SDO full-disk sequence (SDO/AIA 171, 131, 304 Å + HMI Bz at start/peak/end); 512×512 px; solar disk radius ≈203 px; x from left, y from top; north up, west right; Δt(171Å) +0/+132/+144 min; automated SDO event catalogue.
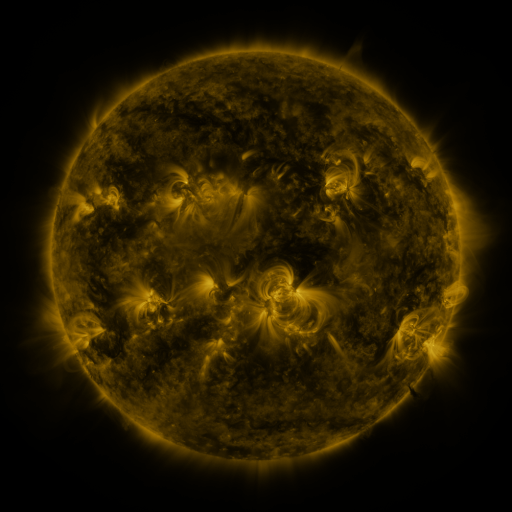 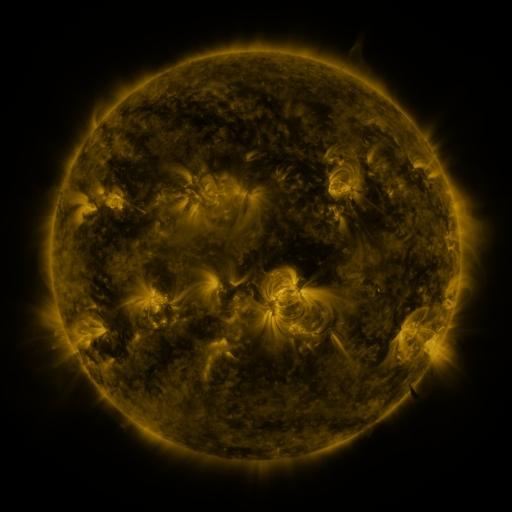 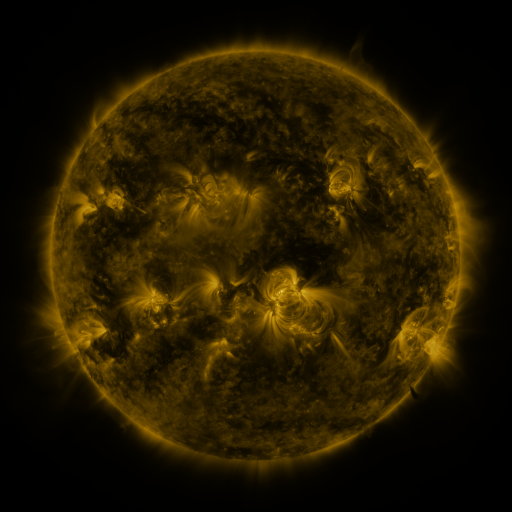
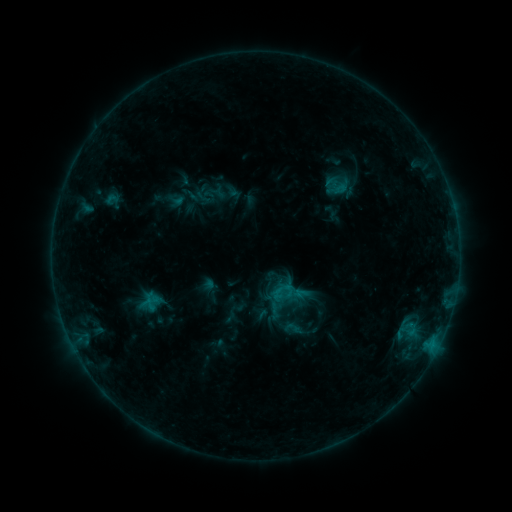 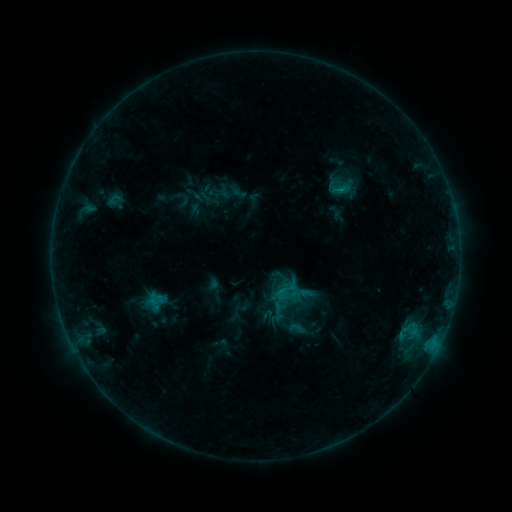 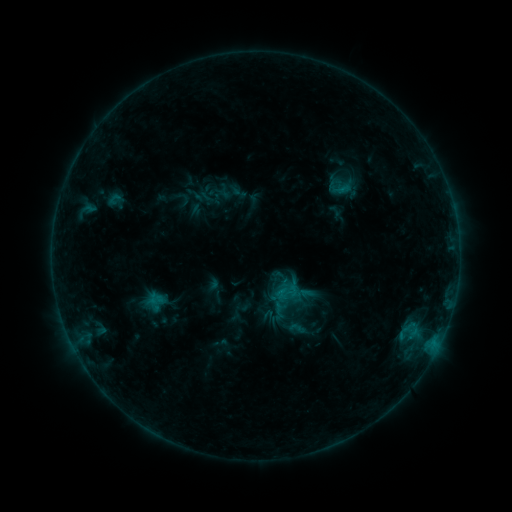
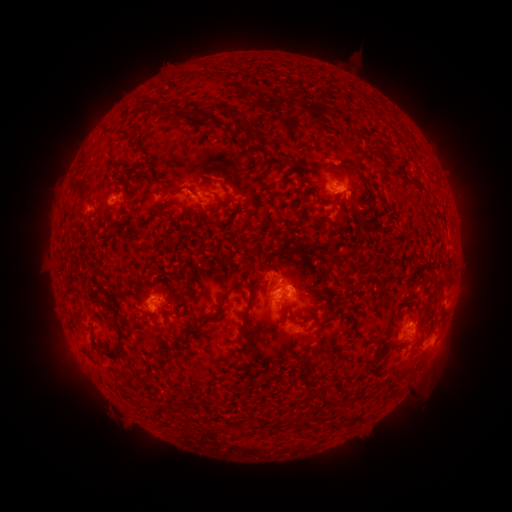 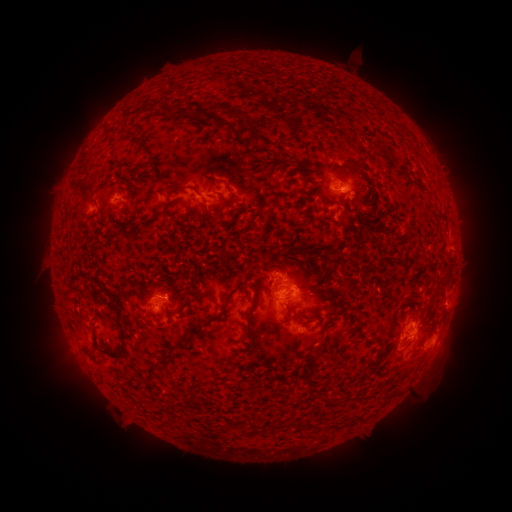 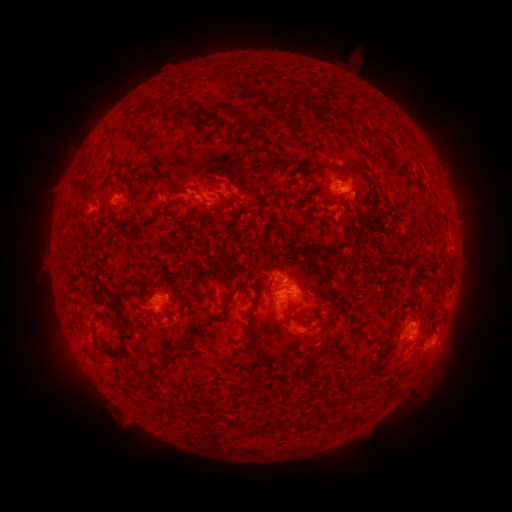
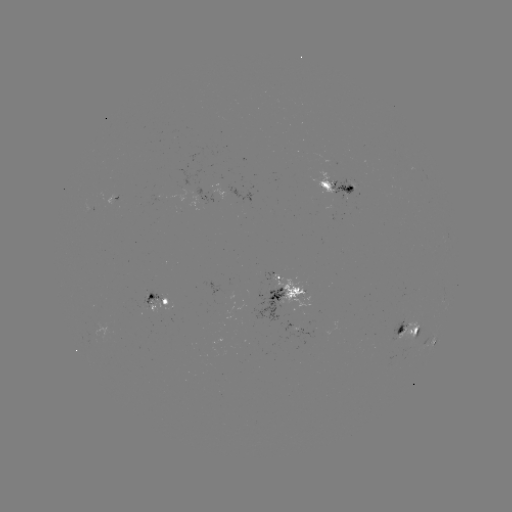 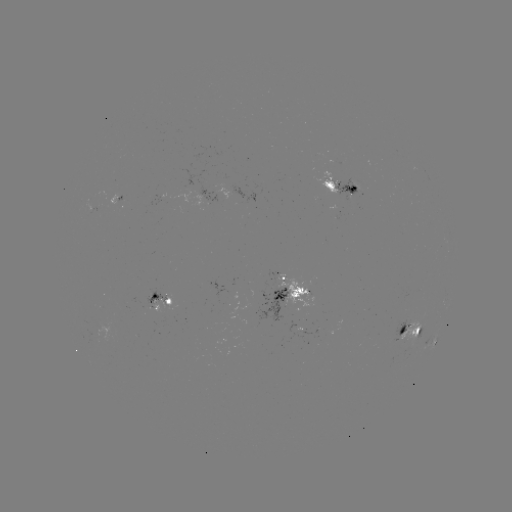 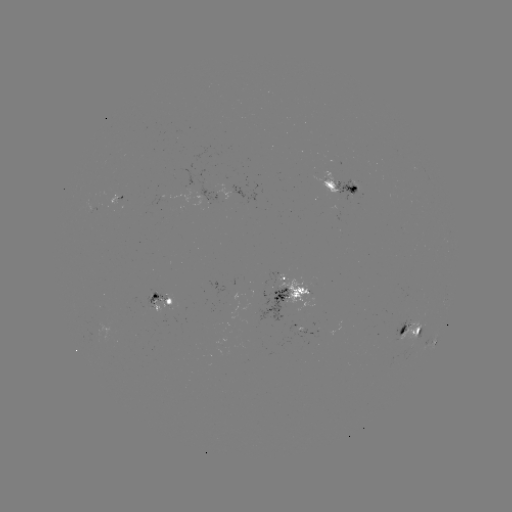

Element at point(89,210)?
emerging-flux region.